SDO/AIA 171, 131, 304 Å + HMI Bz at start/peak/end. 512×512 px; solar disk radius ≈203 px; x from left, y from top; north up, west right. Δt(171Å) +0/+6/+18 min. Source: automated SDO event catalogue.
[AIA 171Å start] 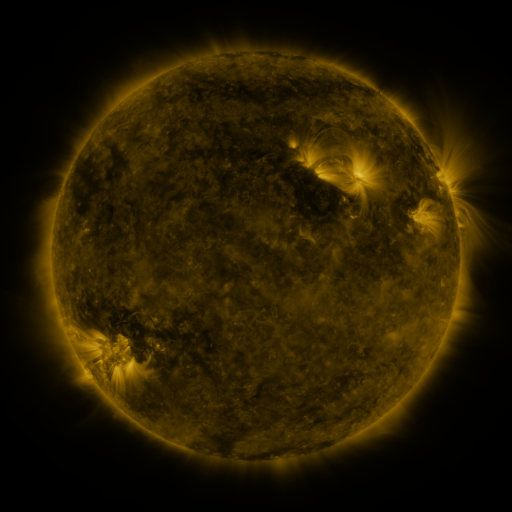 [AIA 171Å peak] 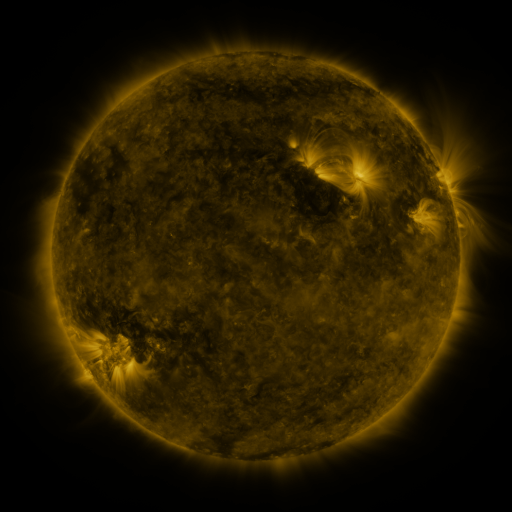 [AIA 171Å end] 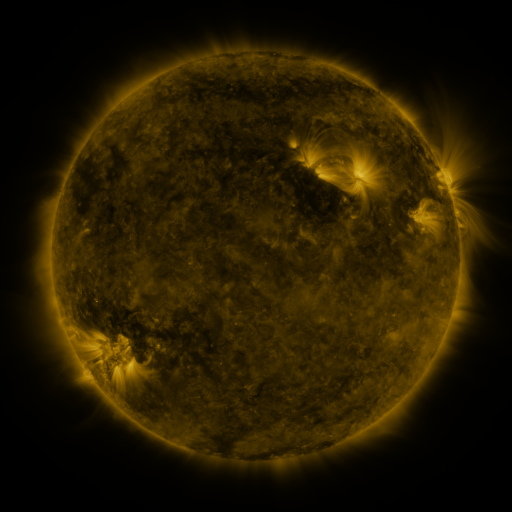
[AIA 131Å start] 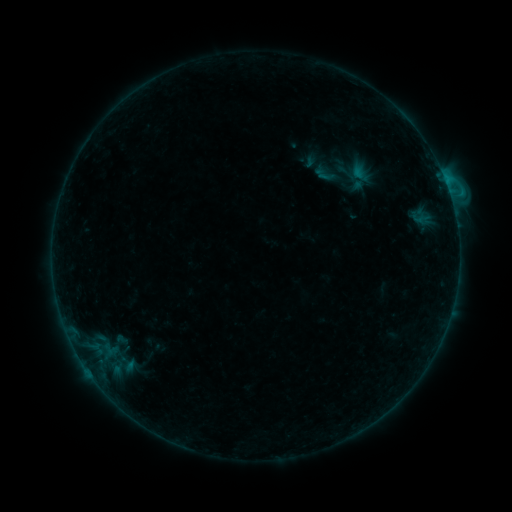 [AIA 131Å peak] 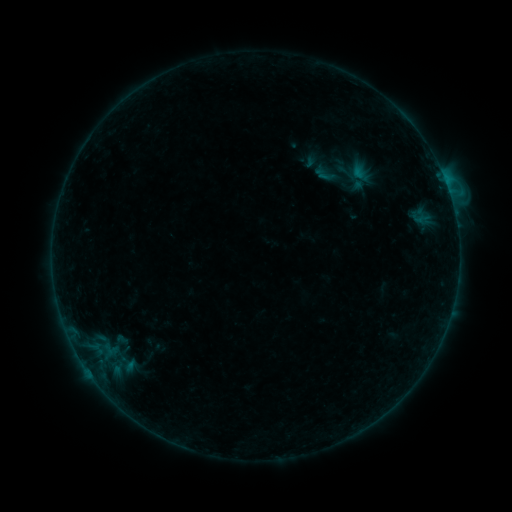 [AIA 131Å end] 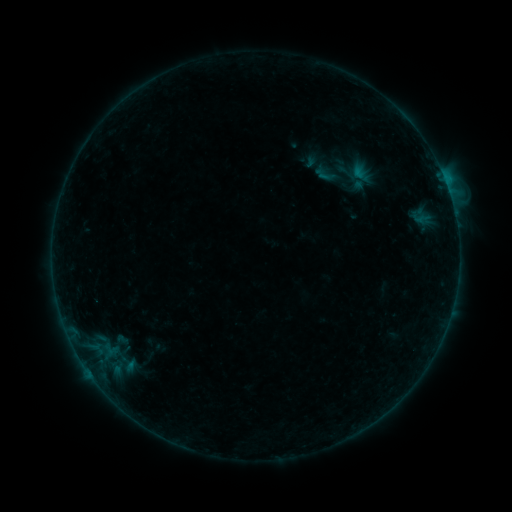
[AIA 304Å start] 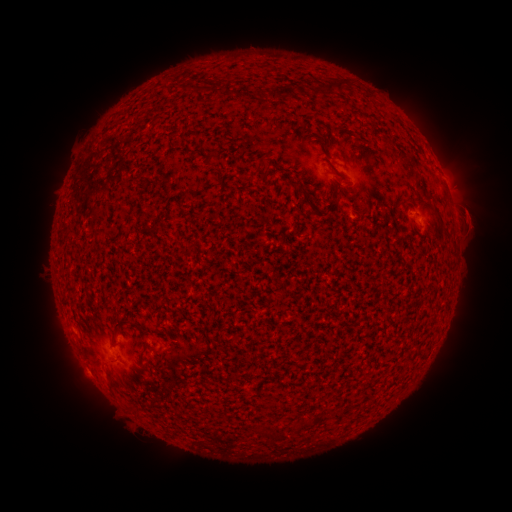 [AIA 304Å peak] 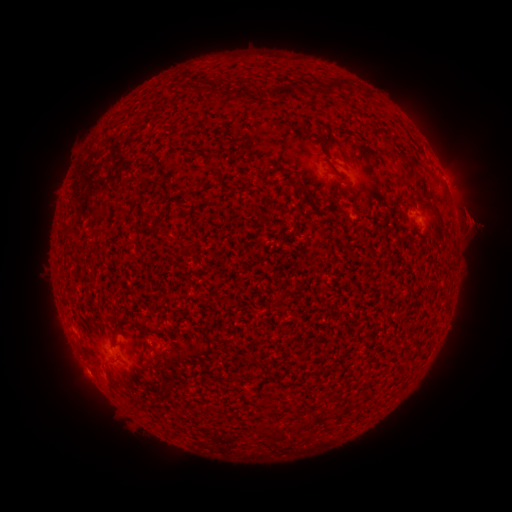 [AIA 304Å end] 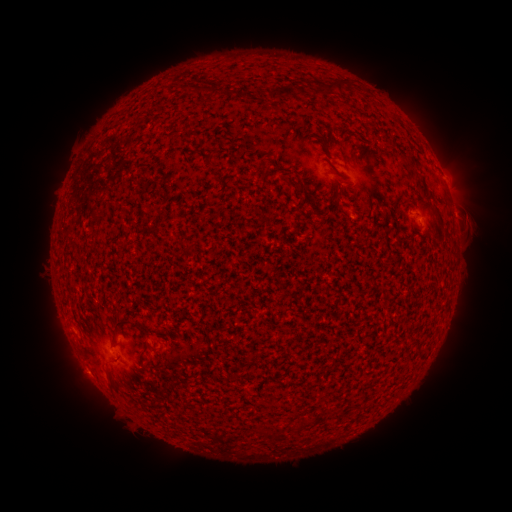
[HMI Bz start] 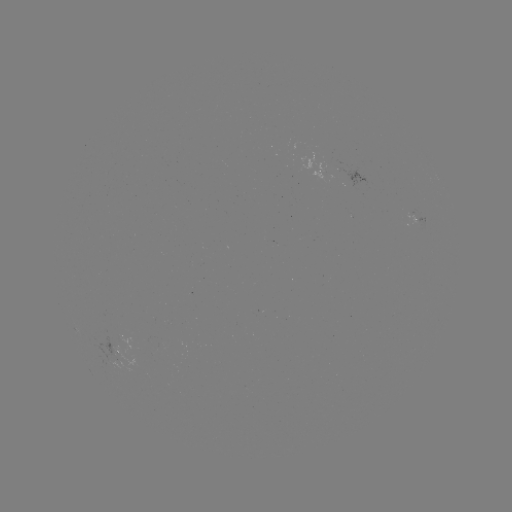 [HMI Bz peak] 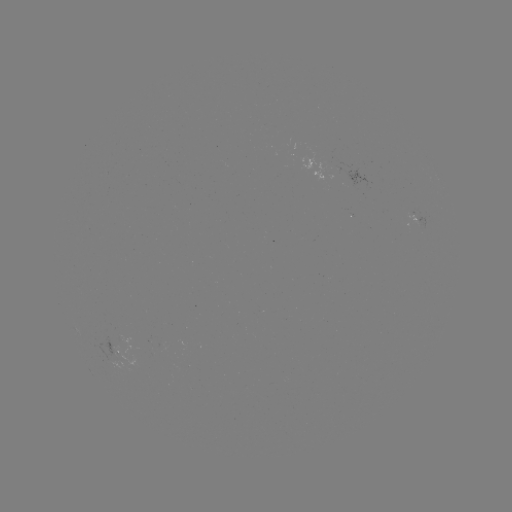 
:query eruption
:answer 481,222